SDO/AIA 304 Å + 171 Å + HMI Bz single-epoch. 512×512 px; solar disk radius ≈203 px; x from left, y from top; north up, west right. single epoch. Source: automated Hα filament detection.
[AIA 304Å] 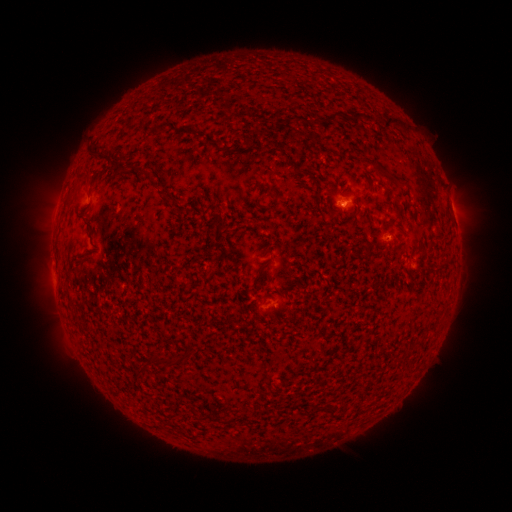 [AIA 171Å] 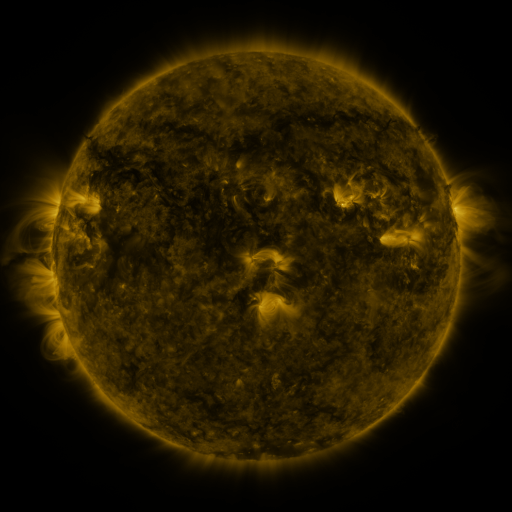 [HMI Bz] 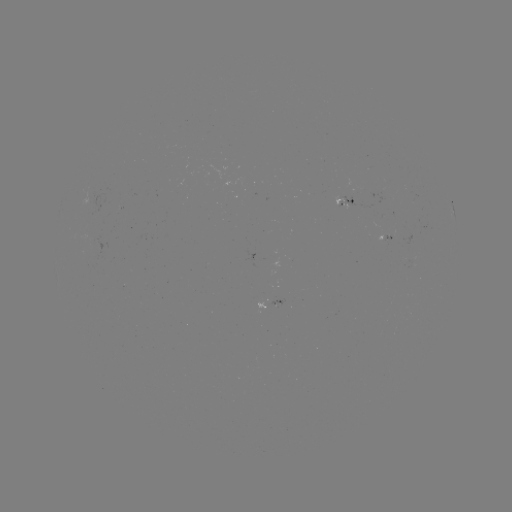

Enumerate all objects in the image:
filament: [315, 110, 375, 125]
filament: [384, 115, 409, 133]
filament: [155, 122, 167, 134]
filament: [176, 126, 195, 134]
filament: [203, 137, 221, 146]
filament: [88, 146, 101, 159]
filament: [372, 160, 396, 181]
filament: [135, 164, 150, 178]
filament: [77, 171, 91, 189]
filament: [398, 179, 409, 187]
filament: [364, 243, 373, 254]
filament: [255, 273, 262, 283]
filament: [150, 353, 181, 368]
filament: [137, 364, 149, 375]
